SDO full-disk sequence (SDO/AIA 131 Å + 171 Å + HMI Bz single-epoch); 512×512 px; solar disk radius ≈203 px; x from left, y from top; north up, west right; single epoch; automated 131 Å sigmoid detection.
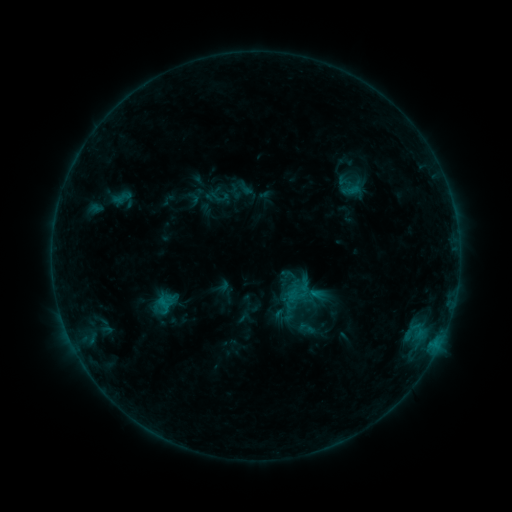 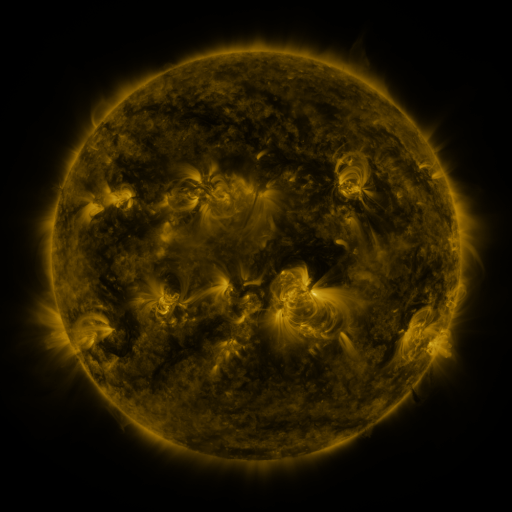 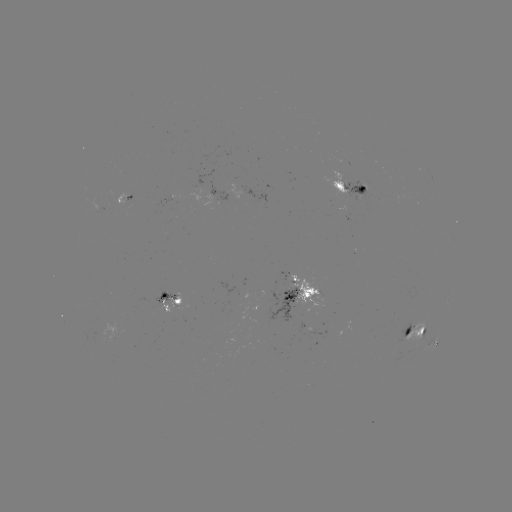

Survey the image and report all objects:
sigmoid: (220, 197)
